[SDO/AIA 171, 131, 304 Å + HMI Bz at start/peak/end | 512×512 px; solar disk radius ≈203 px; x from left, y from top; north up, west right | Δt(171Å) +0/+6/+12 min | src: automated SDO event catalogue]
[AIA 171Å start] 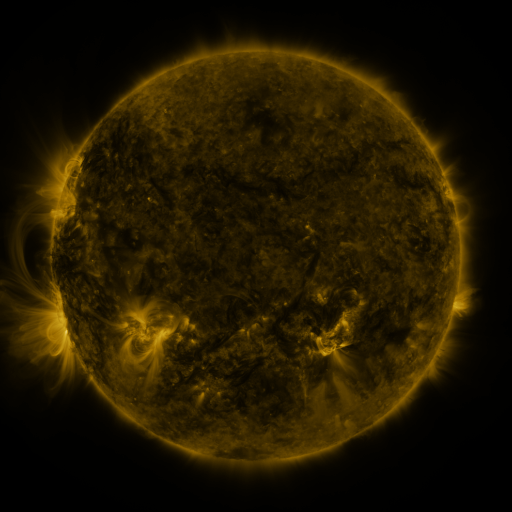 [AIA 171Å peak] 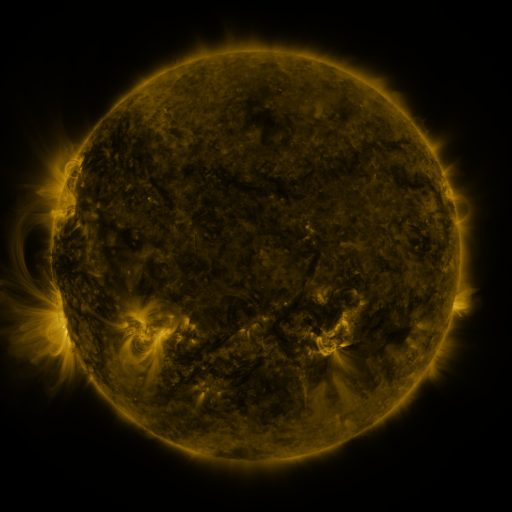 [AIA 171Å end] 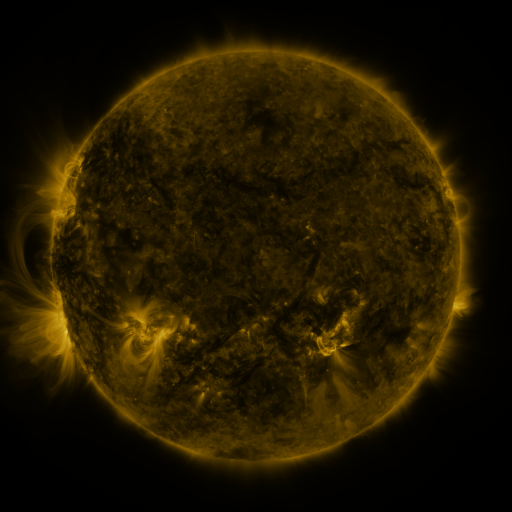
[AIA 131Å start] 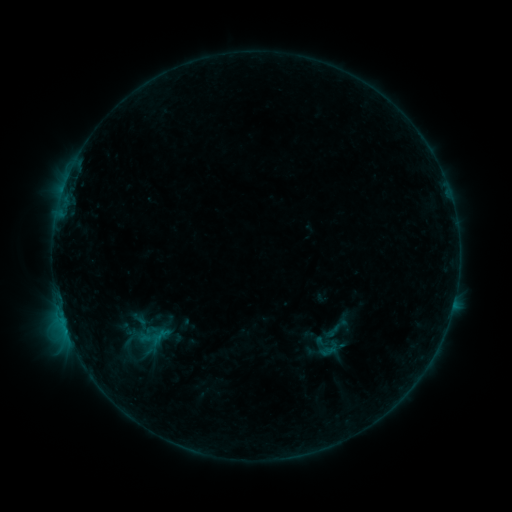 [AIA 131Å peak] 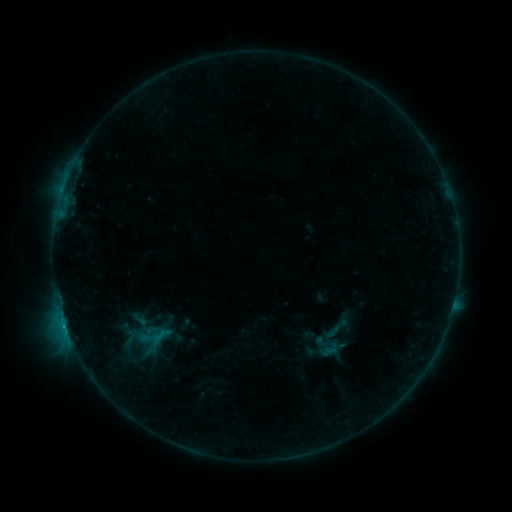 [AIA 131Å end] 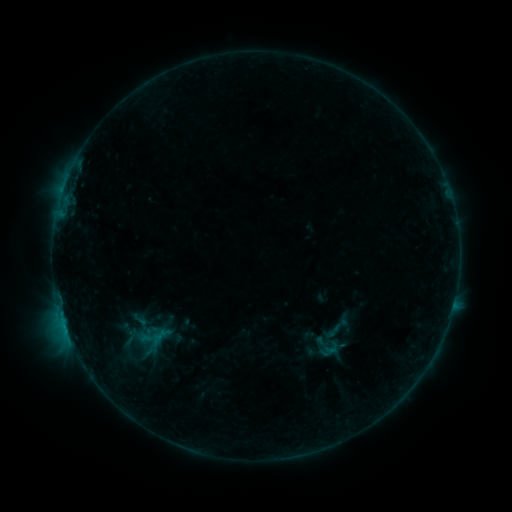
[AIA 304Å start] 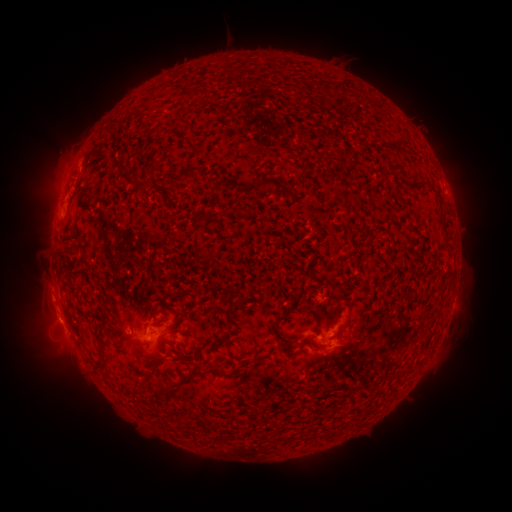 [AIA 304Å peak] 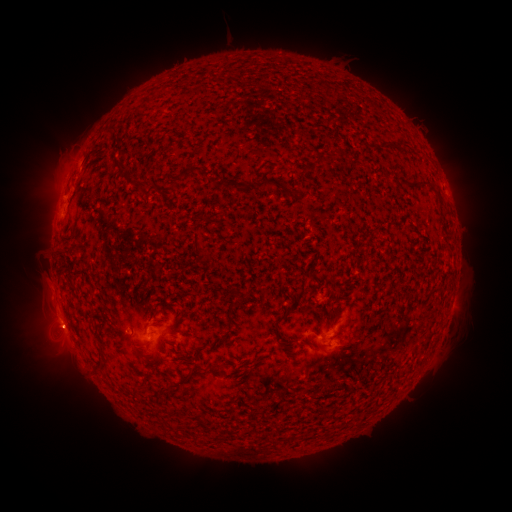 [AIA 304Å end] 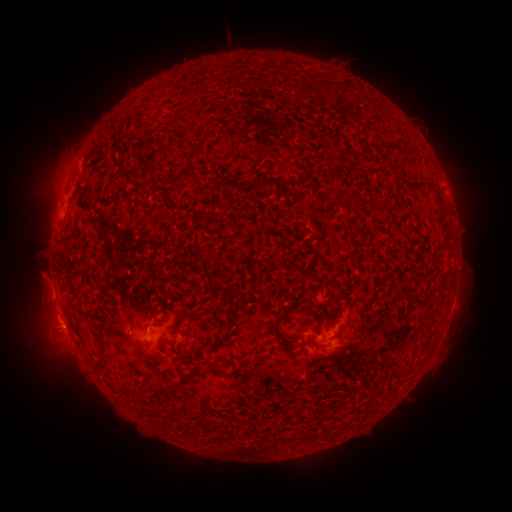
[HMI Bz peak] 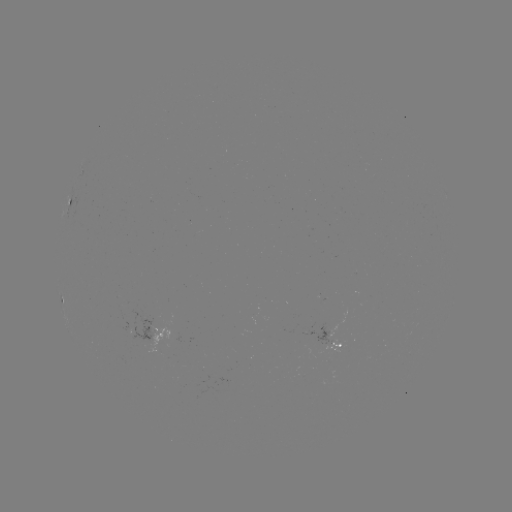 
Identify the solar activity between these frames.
eruption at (61, 331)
